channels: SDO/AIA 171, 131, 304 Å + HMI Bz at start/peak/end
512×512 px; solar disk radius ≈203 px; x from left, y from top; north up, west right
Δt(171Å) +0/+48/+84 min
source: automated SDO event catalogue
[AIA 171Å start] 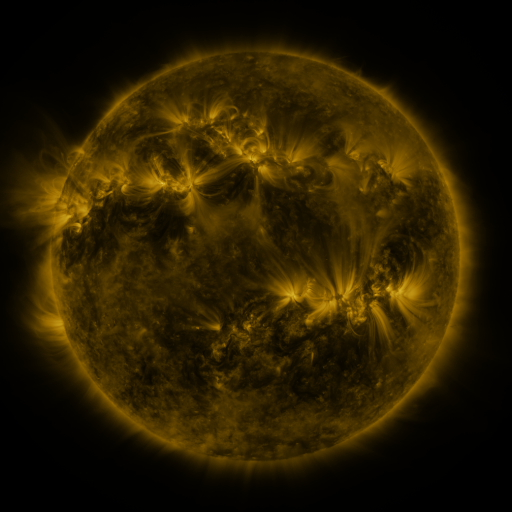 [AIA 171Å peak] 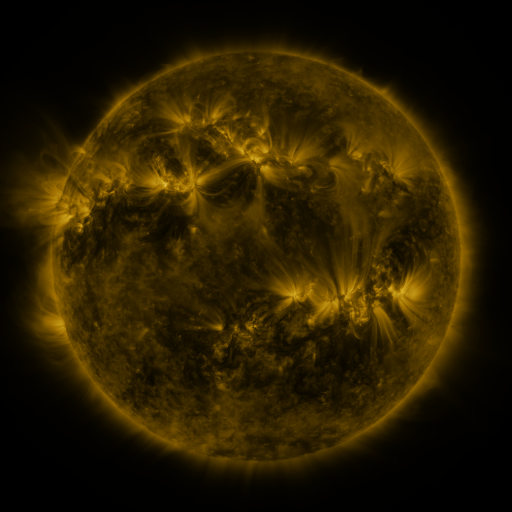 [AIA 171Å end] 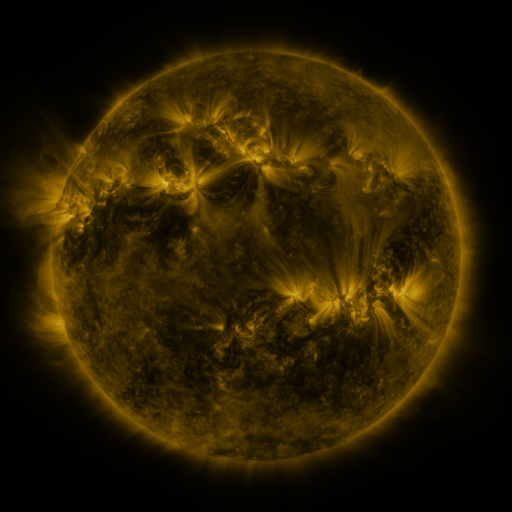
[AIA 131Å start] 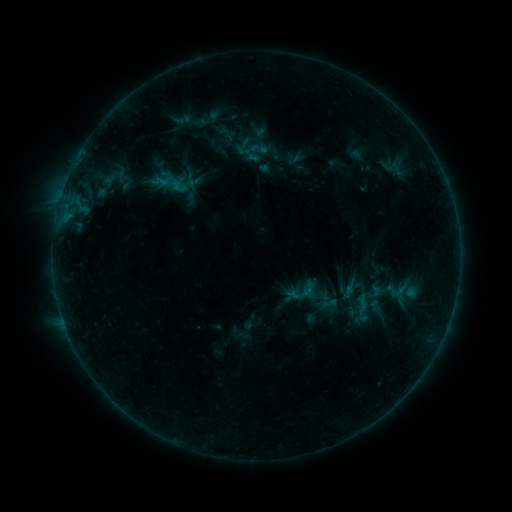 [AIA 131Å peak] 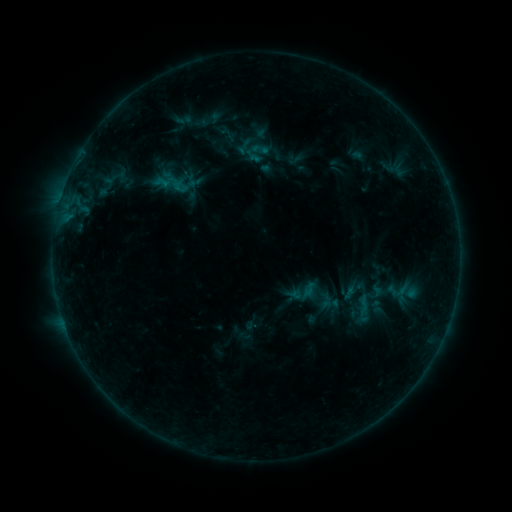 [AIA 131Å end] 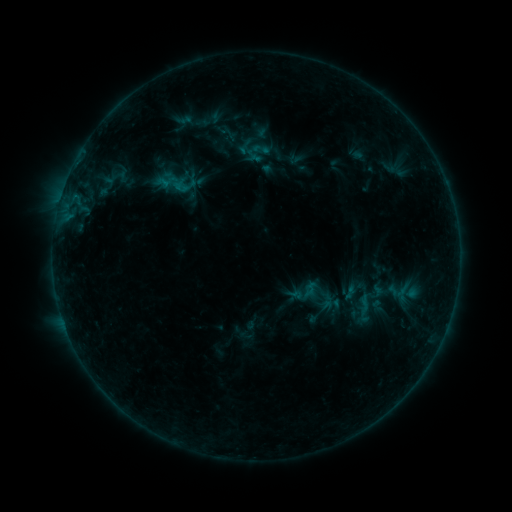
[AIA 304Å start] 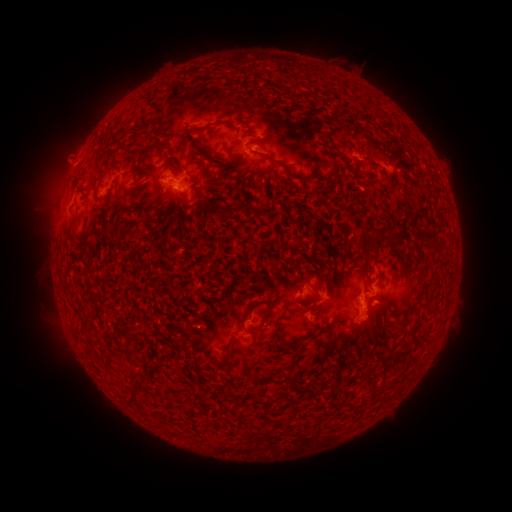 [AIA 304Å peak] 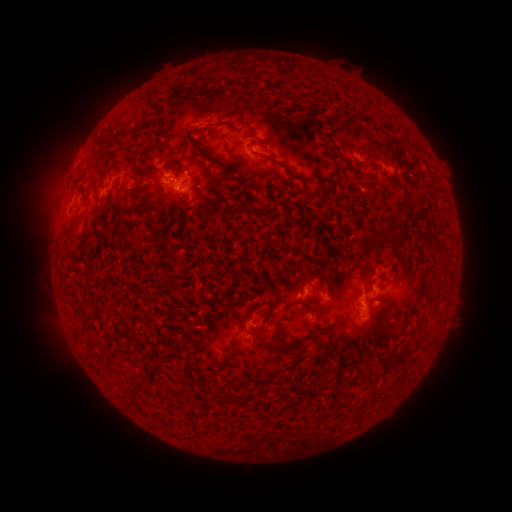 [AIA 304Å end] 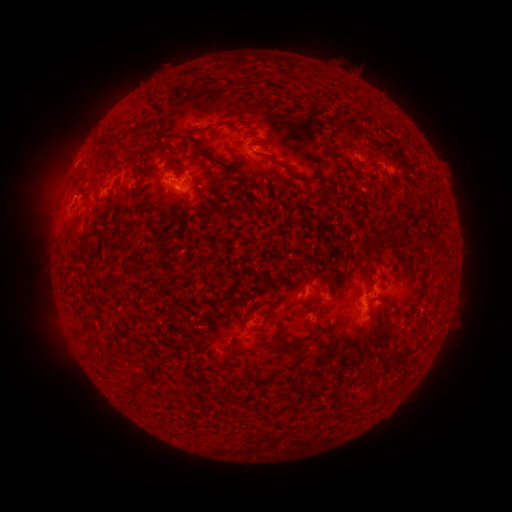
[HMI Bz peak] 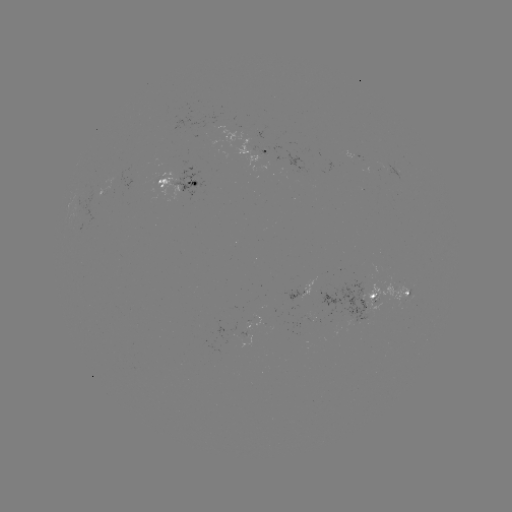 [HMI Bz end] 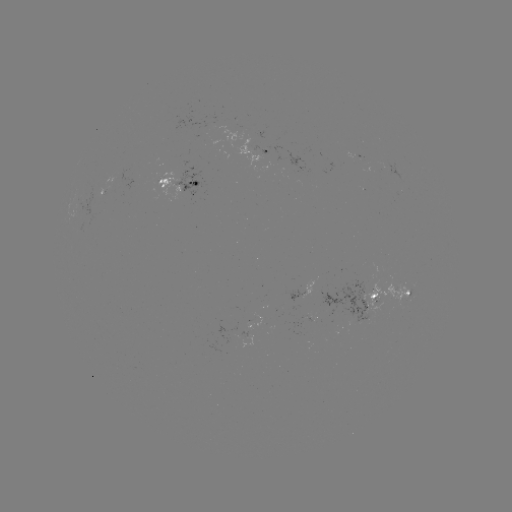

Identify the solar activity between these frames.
emerging-flux region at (95, 198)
